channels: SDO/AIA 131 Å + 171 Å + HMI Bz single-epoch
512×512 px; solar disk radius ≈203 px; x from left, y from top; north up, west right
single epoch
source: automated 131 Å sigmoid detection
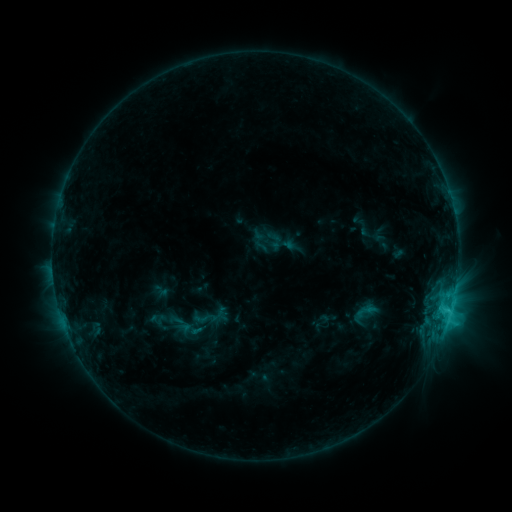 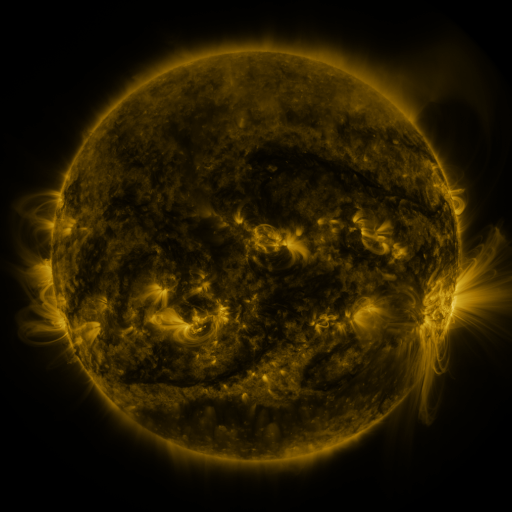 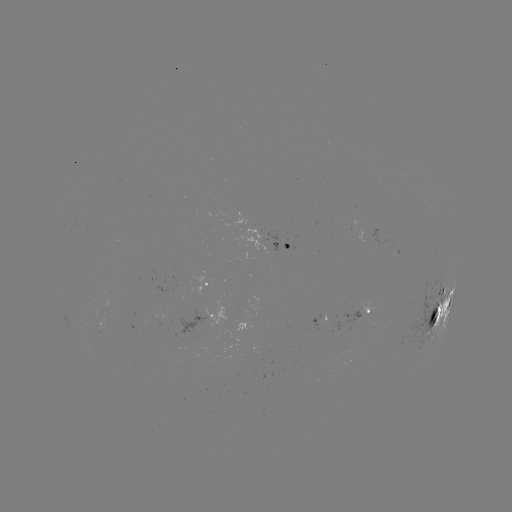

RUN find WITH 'sigmoid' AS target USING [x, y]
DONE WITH [204, 318] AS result